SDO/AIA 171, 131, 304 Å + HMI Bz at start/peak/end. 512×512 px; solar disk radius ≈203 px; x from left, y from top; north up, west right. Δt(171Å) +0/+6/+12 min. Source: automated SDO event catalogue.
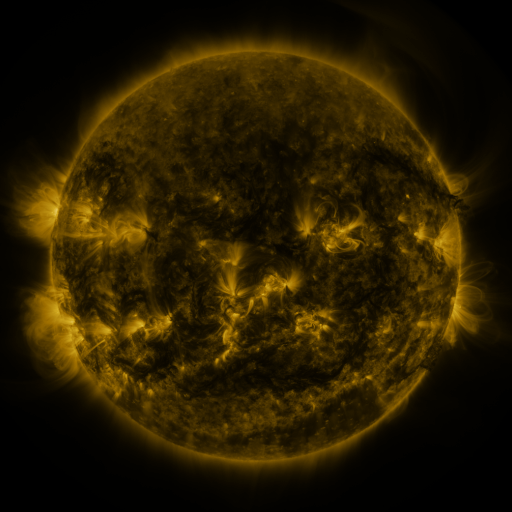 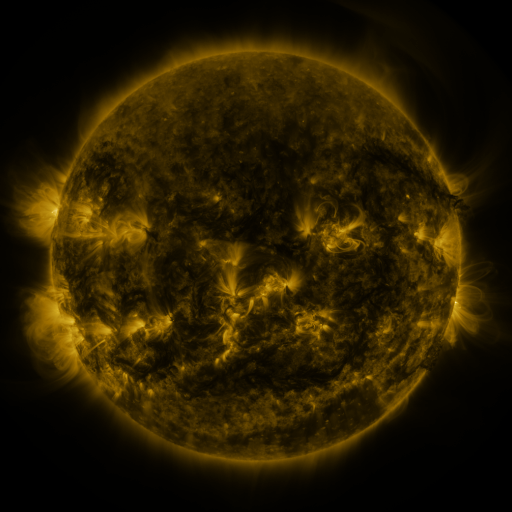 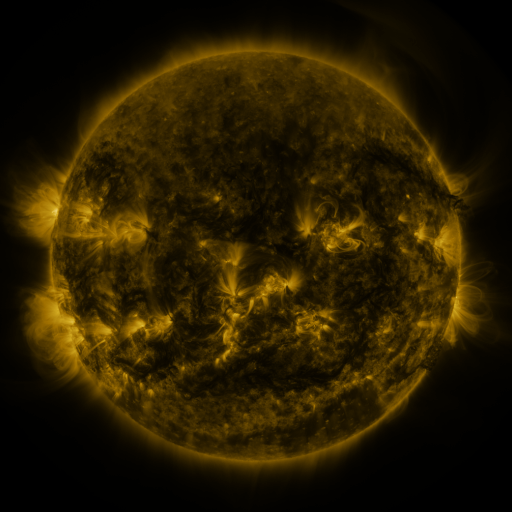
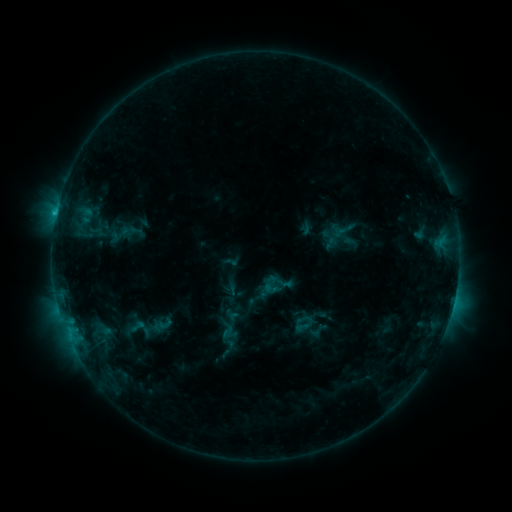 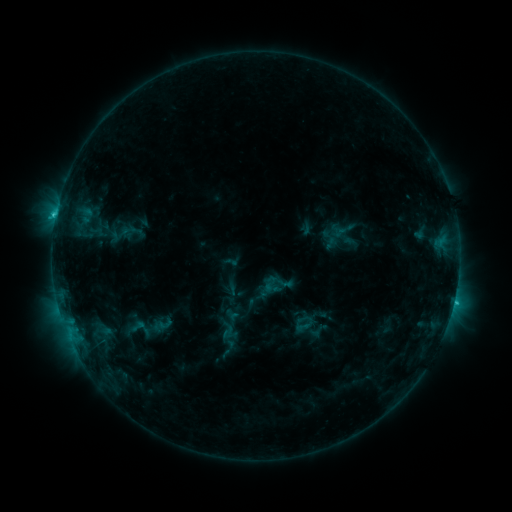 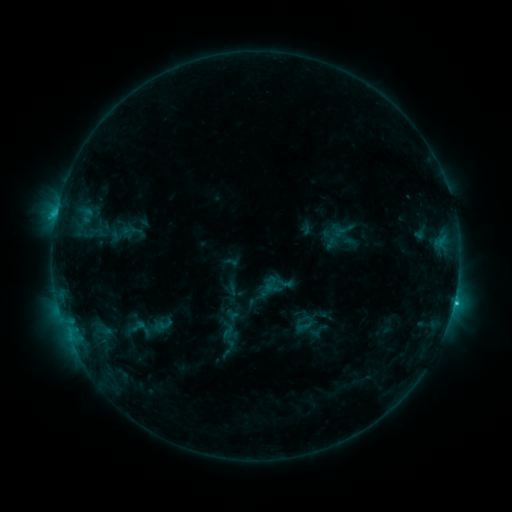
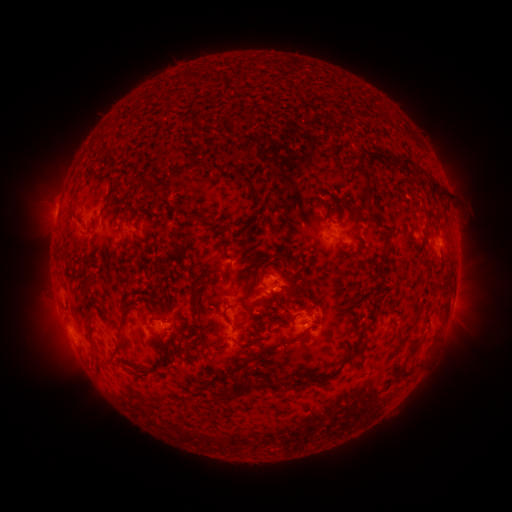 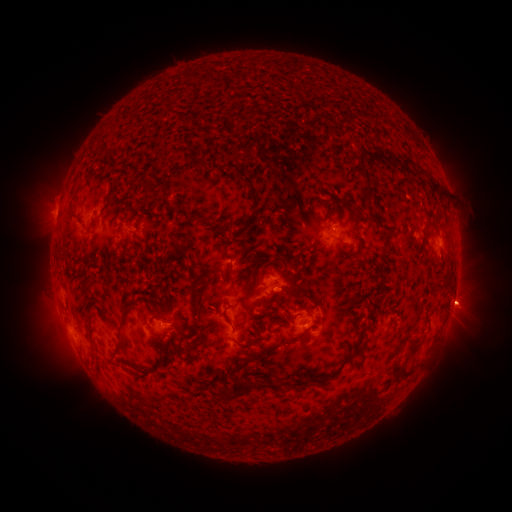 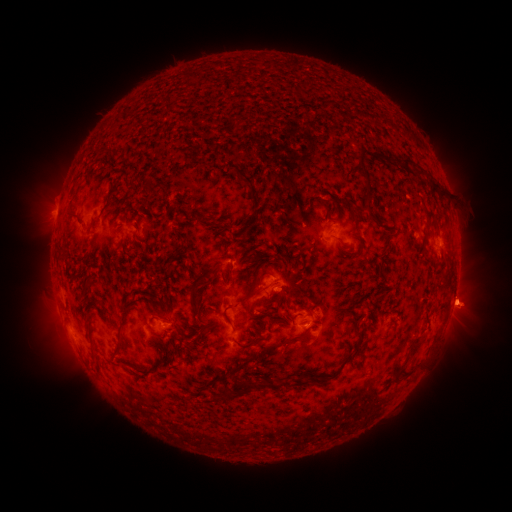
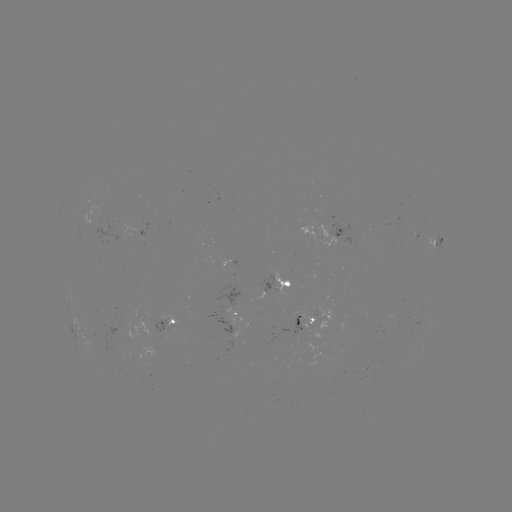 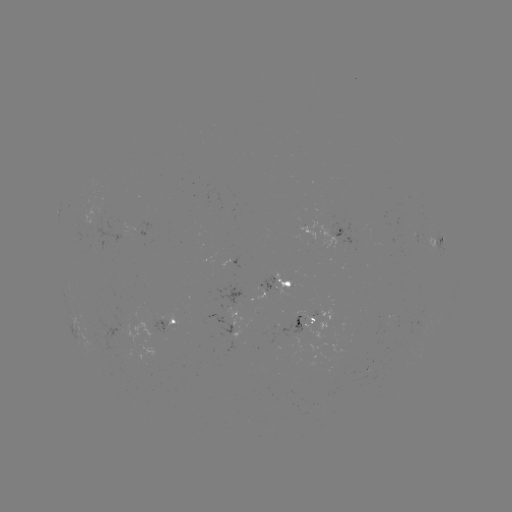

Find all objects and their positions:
C1.9 flare: (453, 302)
